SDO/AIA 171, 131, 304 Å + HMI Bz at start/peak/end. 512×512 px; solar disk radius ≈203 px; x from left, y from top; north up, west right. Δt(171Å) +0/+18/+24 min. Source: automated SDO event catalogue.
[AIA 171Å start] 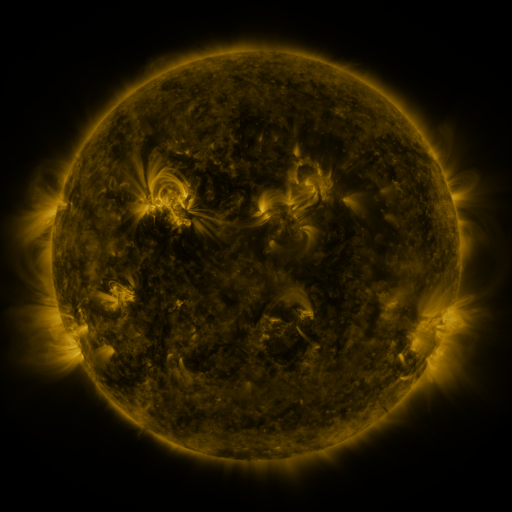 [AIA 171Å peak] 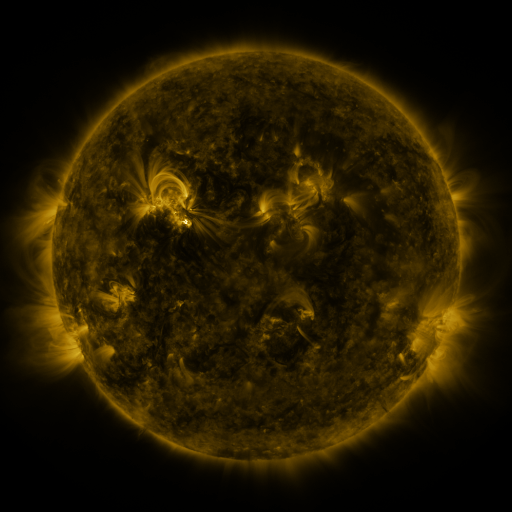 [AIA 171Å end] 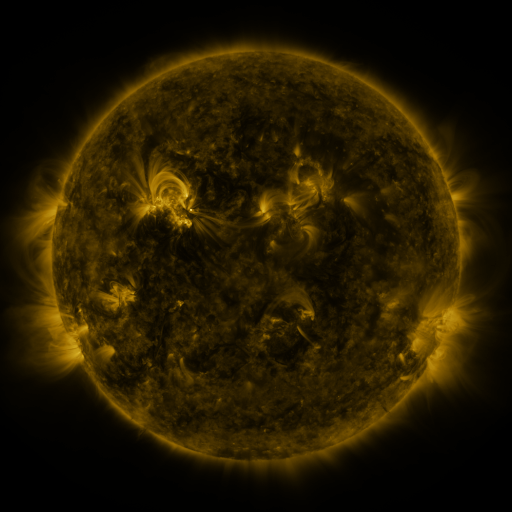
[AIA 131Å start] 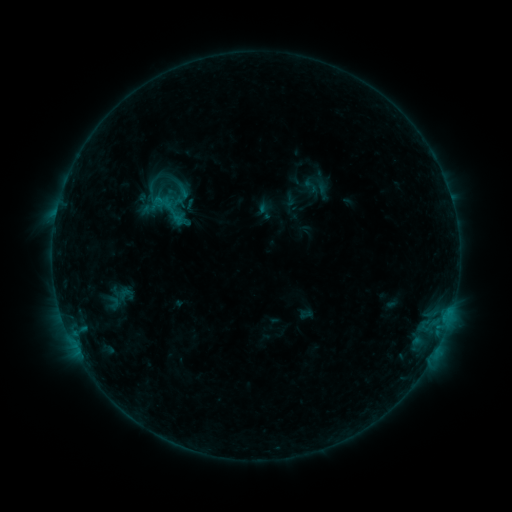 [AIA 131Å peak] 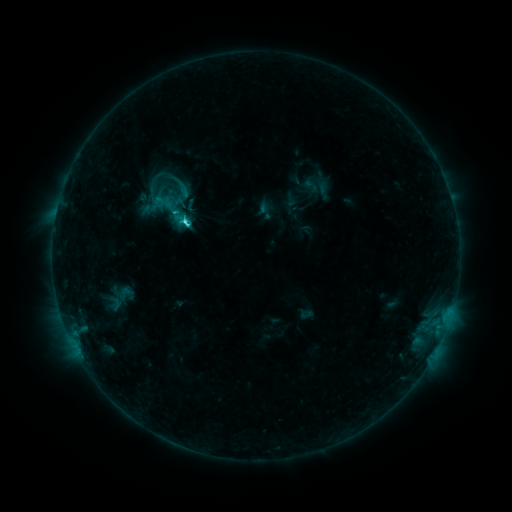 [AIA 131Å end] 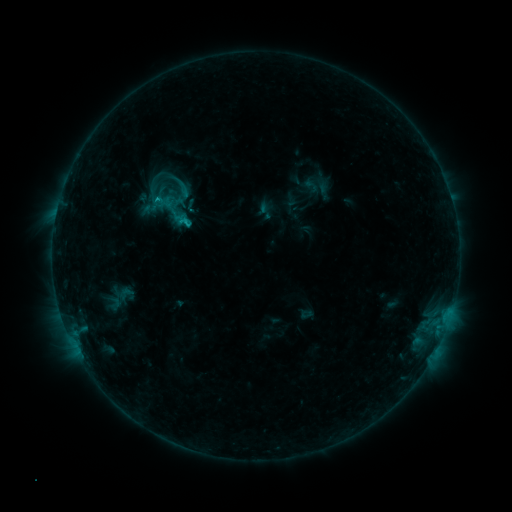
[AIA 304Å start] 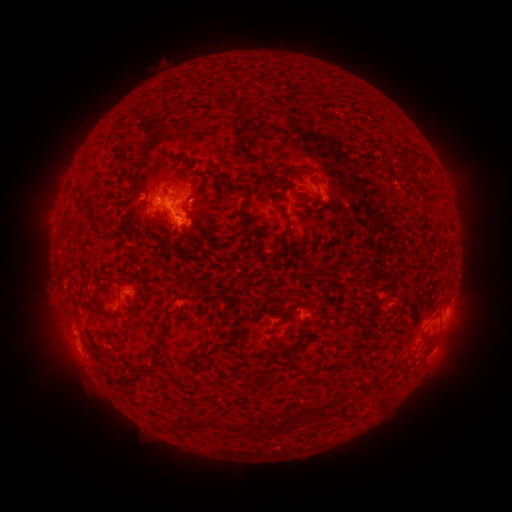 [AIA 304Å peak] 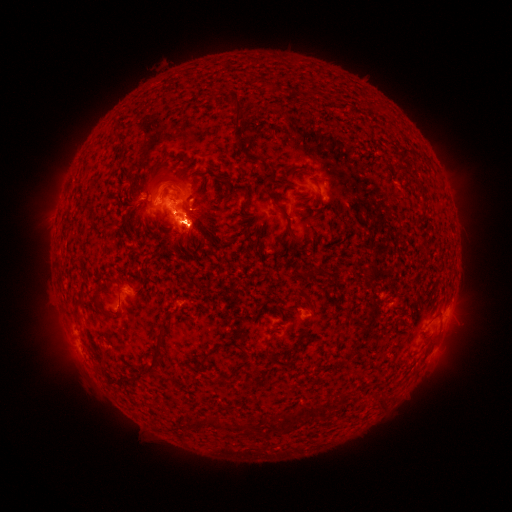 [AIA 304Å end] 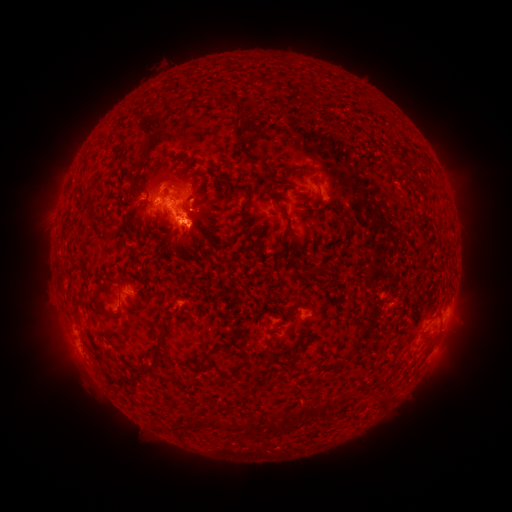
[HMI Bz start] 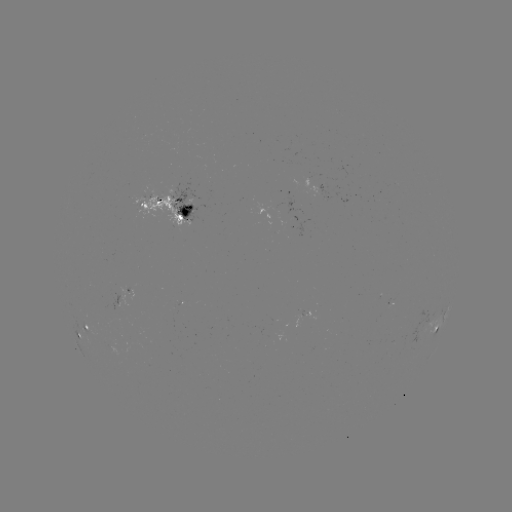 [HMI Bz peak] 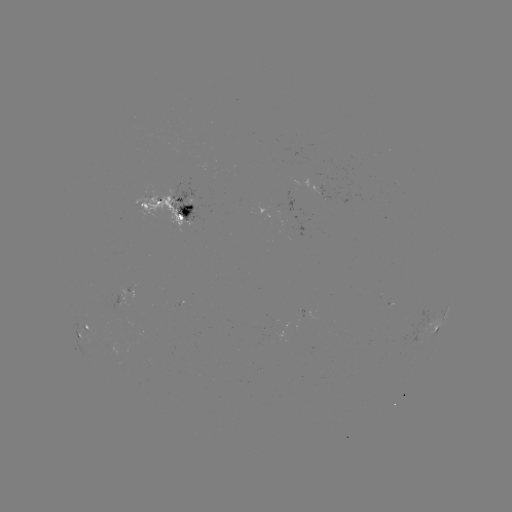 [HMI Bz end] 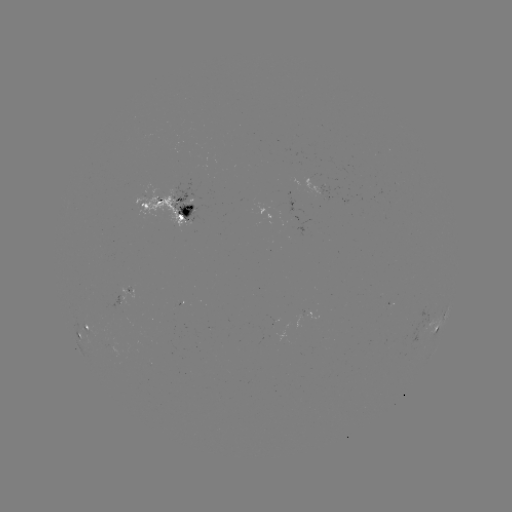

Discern C2.1 flare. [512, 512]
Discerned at (186, 223).